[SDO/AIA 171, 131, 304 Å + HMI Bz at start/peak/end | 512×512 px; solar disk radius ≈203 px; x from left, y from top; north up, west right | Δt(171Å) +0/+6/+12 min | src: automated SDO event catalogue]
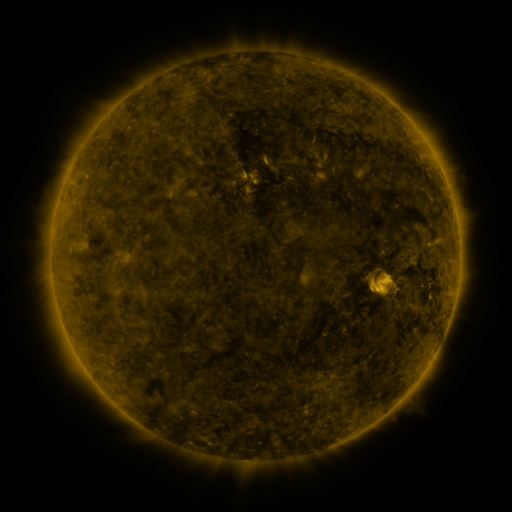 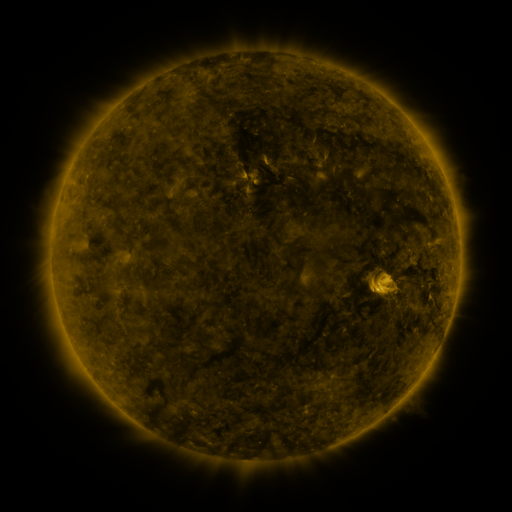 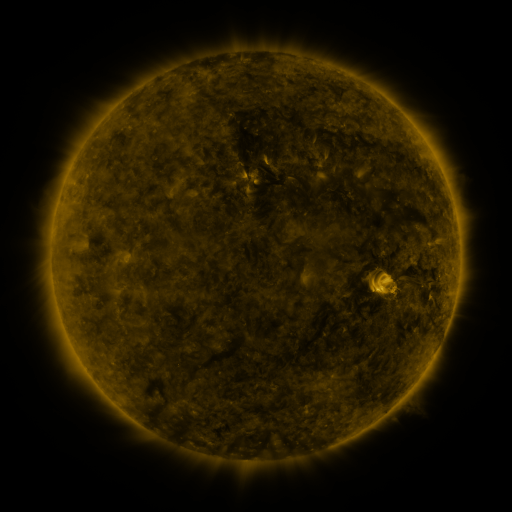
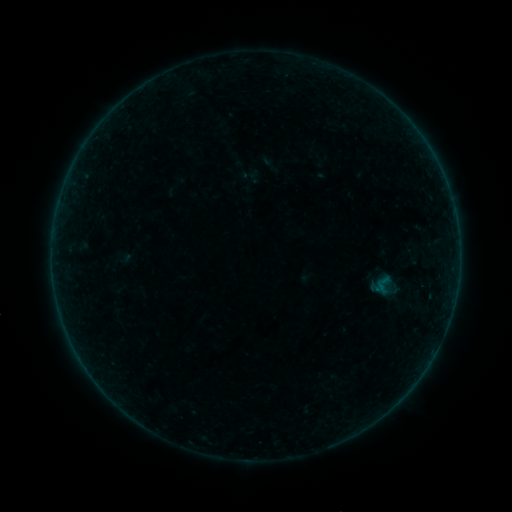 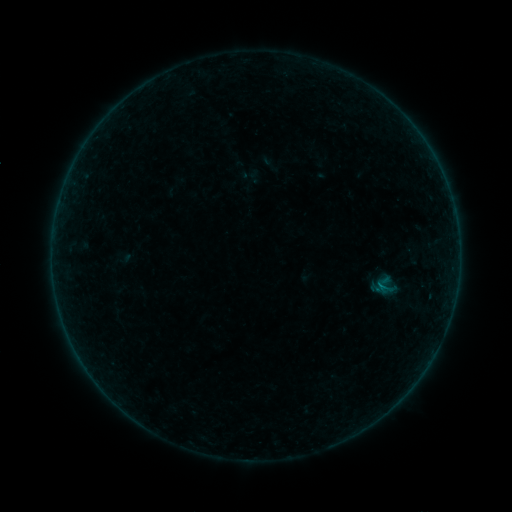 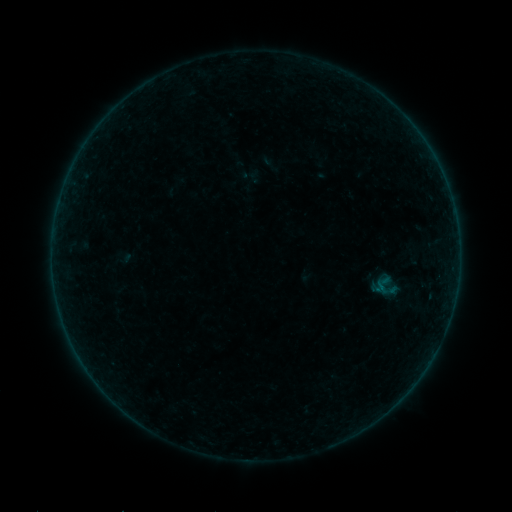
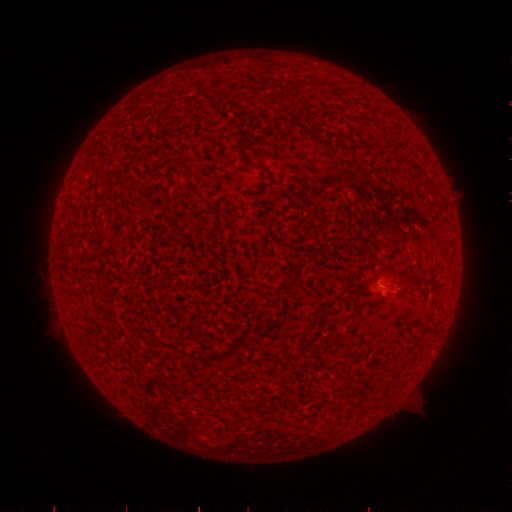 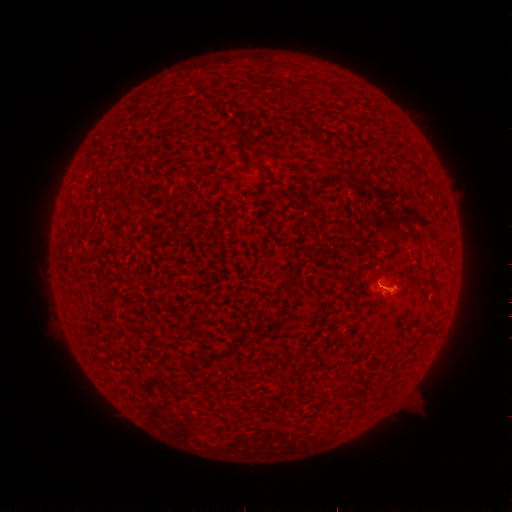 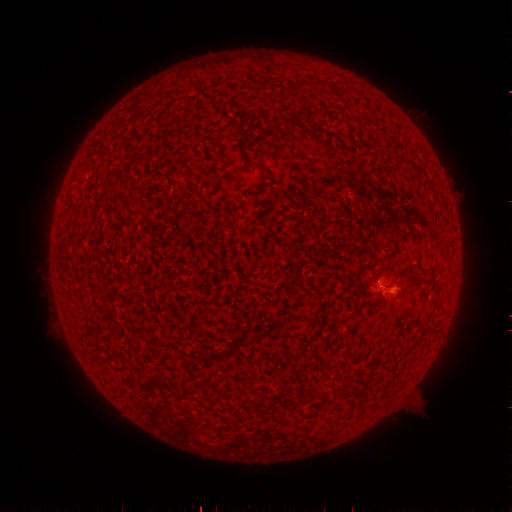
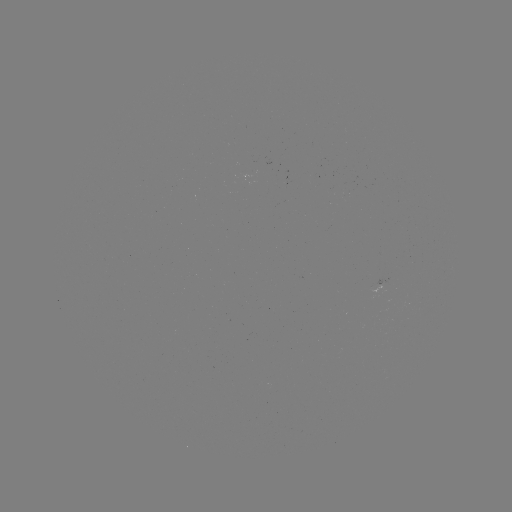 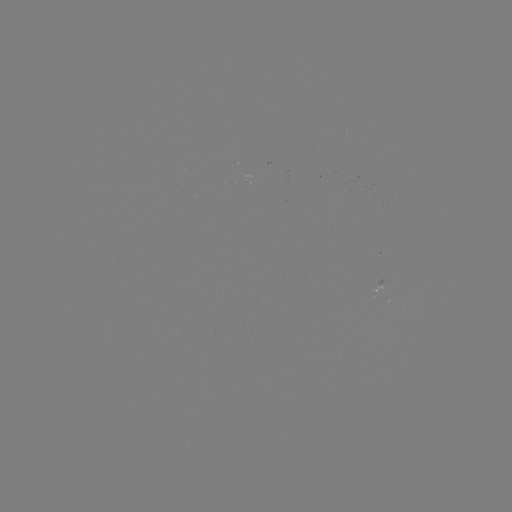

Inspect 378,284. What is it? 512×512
A9.1 flare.